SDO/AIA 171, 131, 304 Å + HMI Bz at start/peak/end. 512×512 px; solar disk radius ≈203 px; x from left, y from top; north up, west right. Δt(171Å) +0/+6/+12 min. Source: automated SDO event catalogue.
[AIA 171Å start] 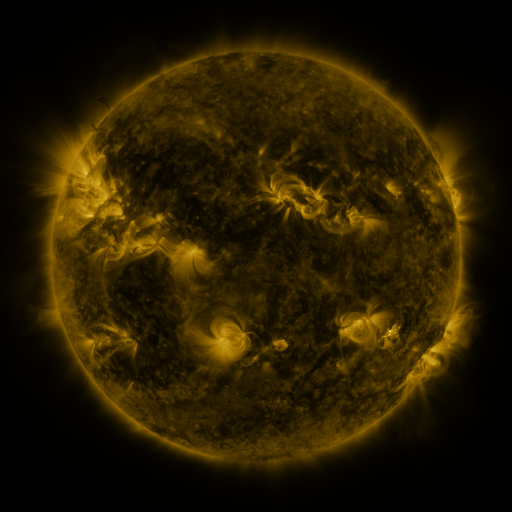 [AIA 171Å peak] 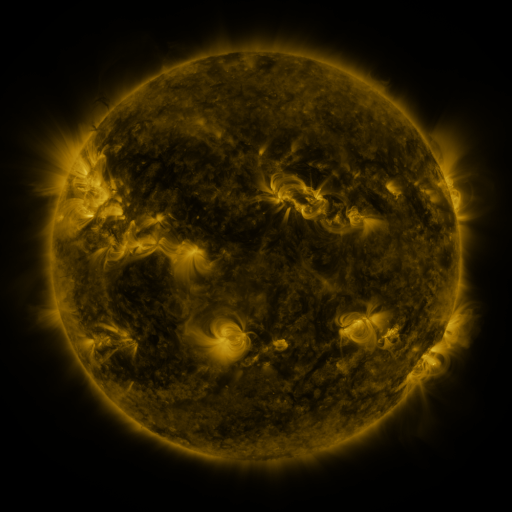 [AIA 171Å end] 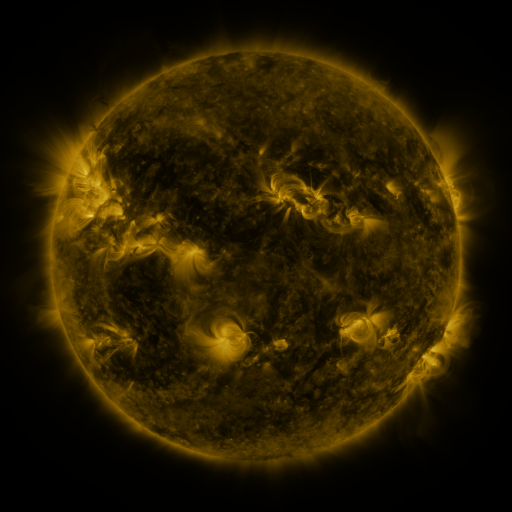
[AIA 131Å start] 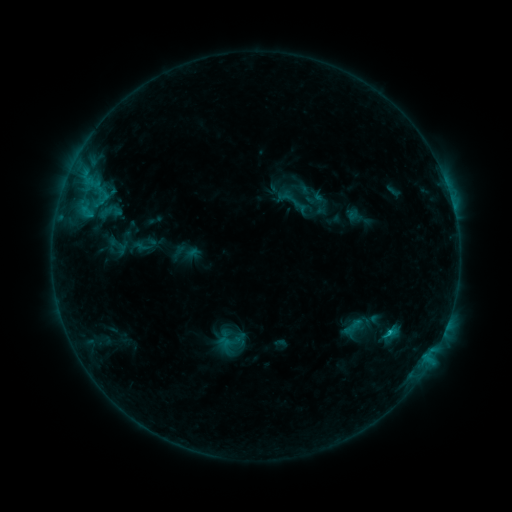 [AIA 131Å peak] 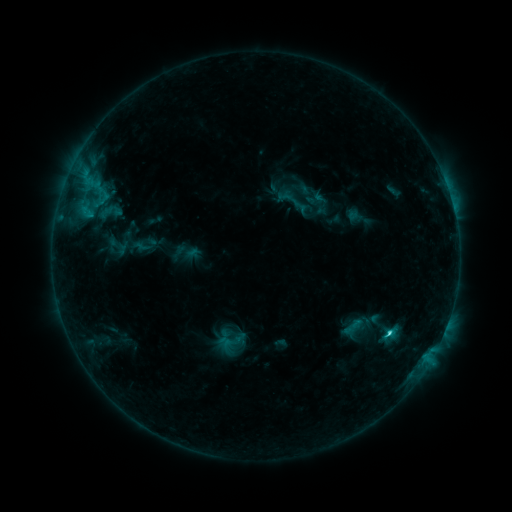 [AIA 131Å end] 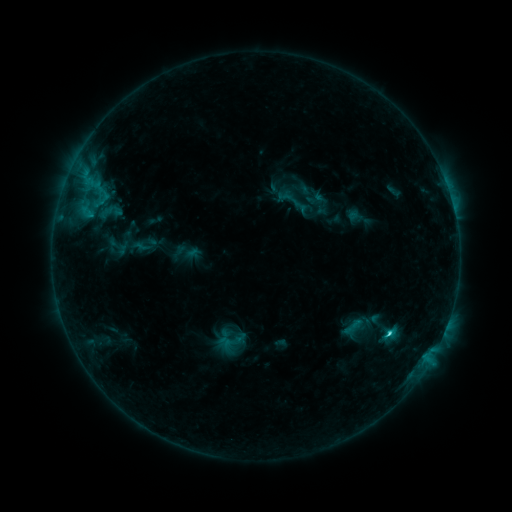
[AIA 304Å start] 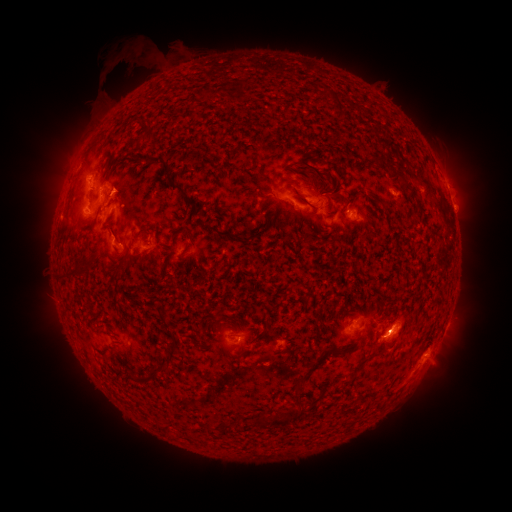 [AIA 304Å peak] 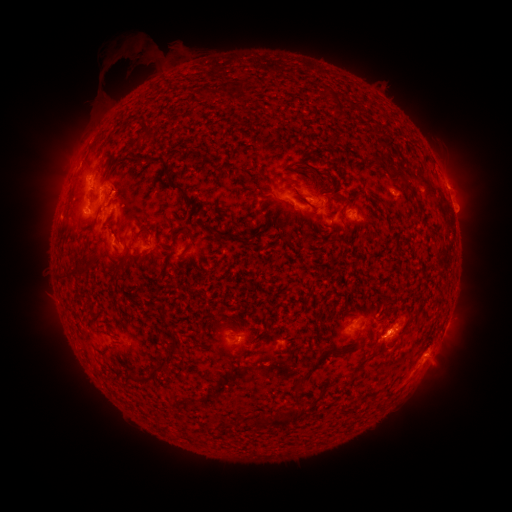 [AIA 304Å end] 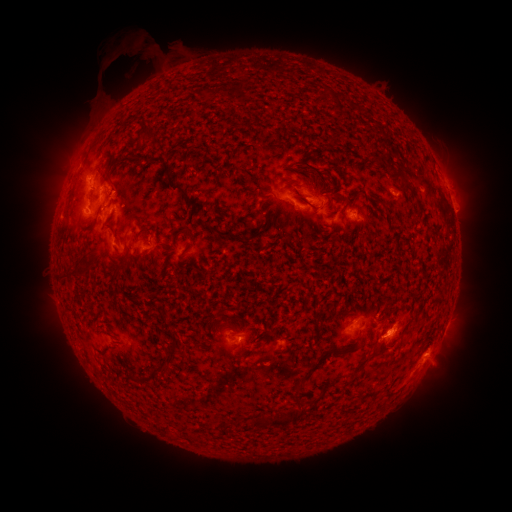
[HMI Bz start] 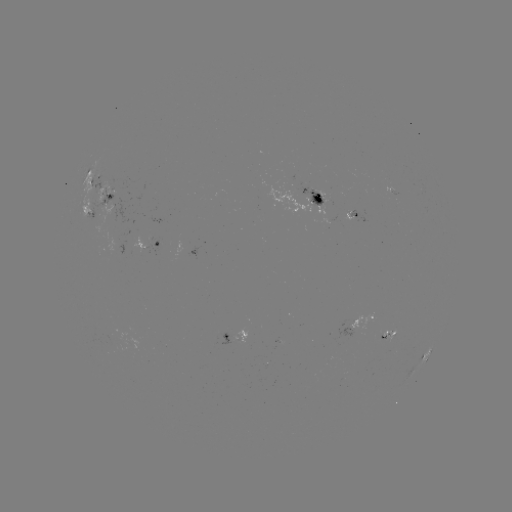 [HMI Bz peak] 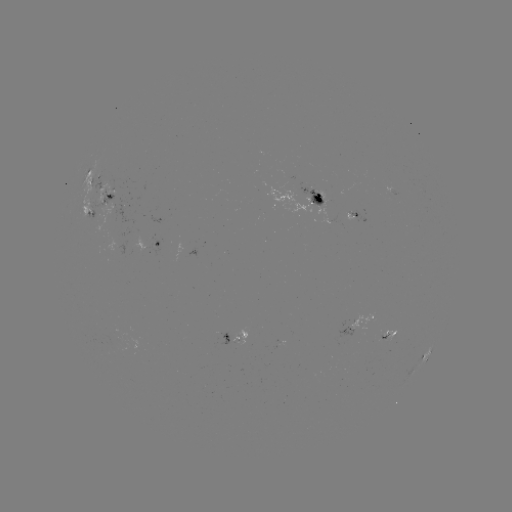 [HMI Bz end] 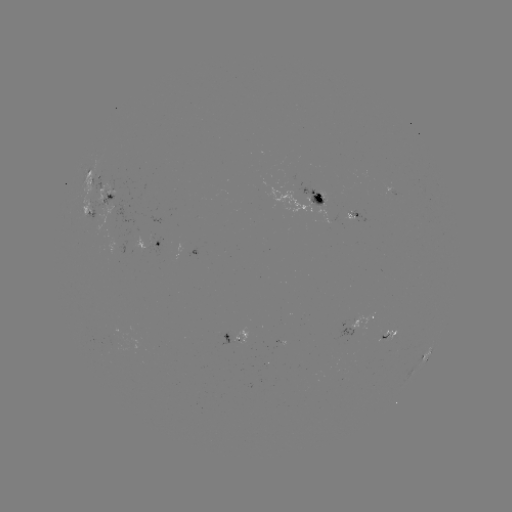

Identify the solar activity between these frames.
C2.2 flare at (388, 333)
